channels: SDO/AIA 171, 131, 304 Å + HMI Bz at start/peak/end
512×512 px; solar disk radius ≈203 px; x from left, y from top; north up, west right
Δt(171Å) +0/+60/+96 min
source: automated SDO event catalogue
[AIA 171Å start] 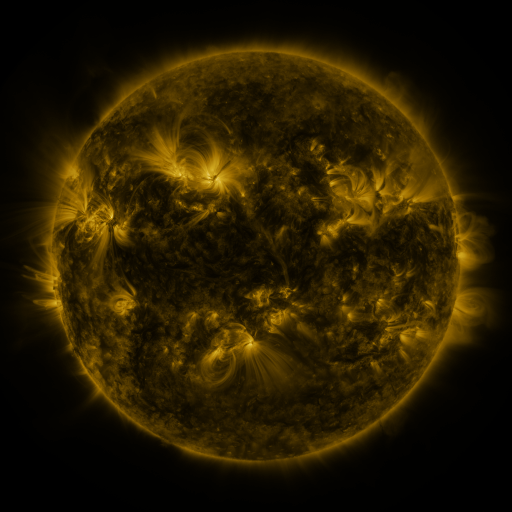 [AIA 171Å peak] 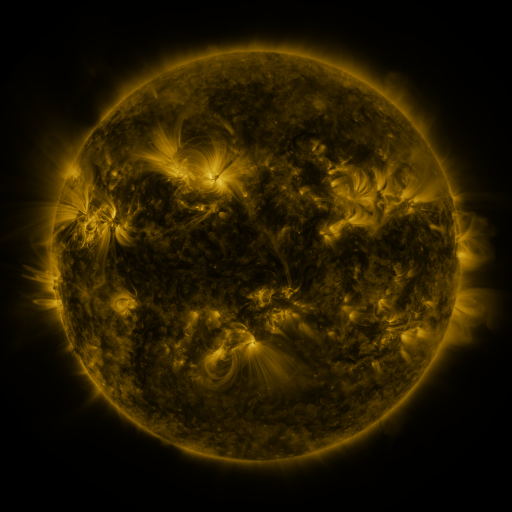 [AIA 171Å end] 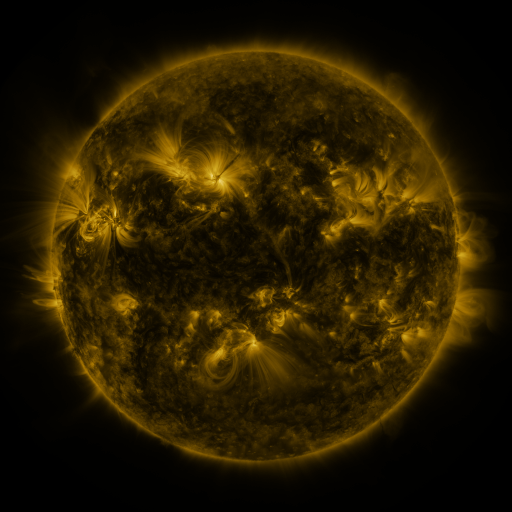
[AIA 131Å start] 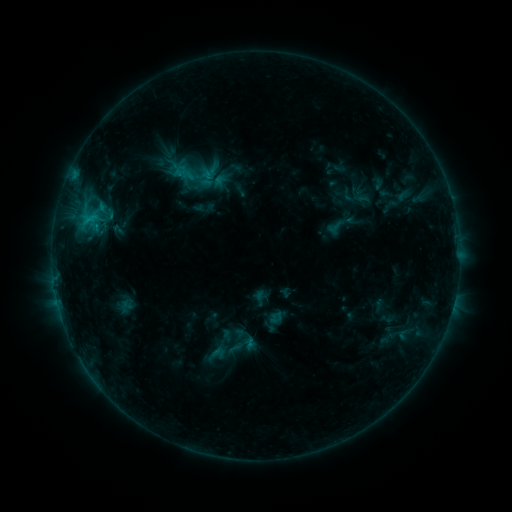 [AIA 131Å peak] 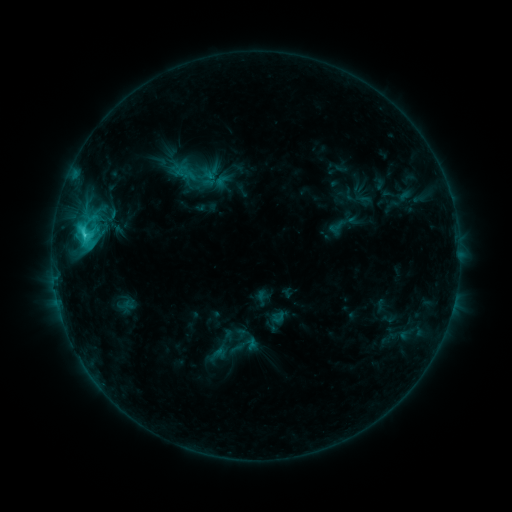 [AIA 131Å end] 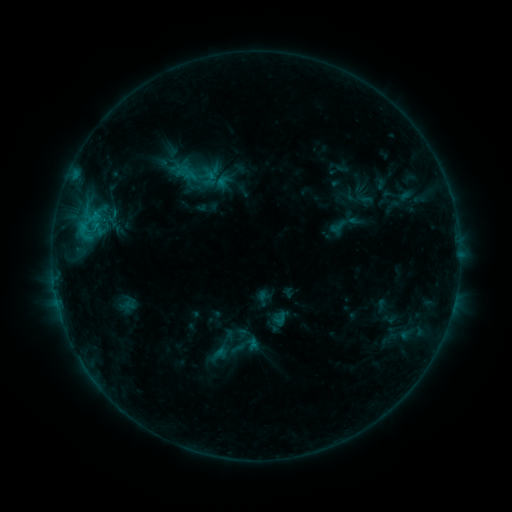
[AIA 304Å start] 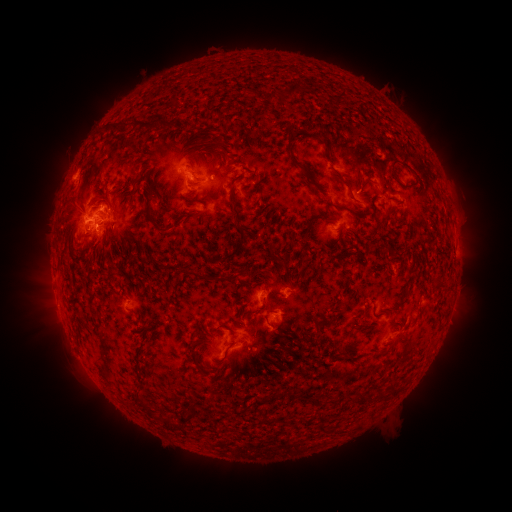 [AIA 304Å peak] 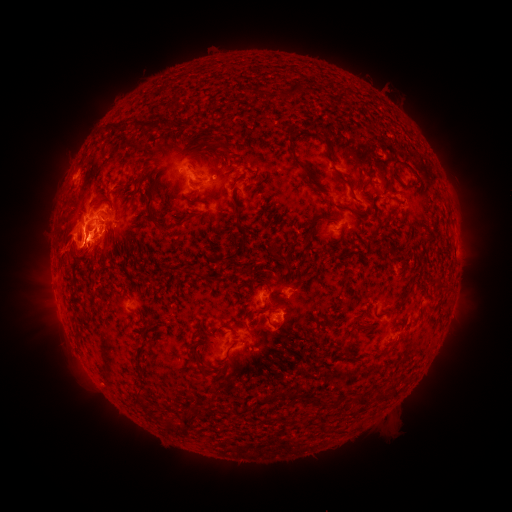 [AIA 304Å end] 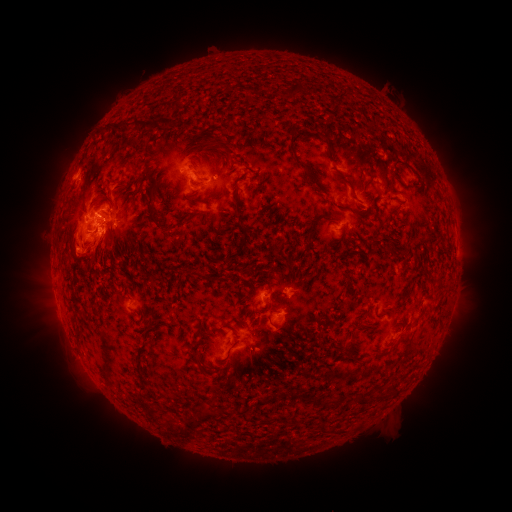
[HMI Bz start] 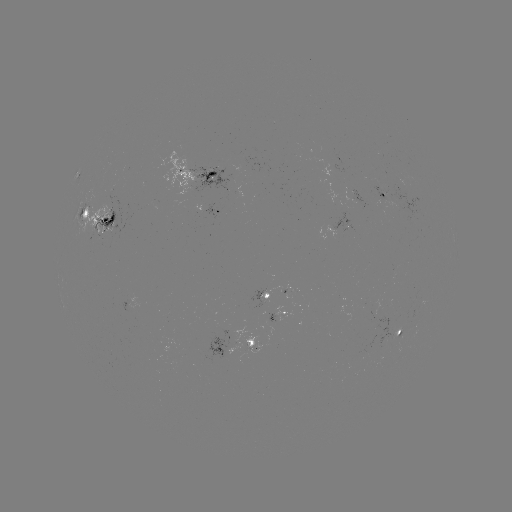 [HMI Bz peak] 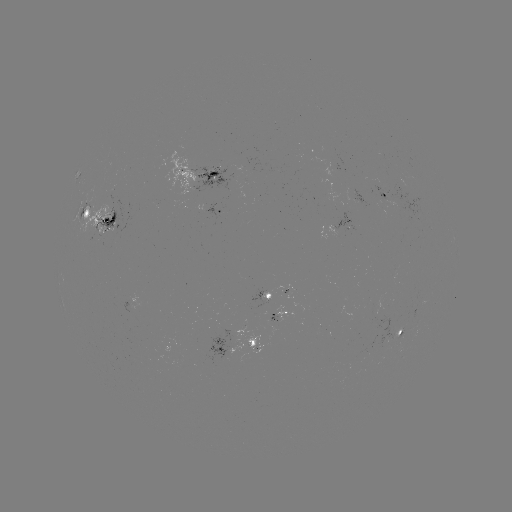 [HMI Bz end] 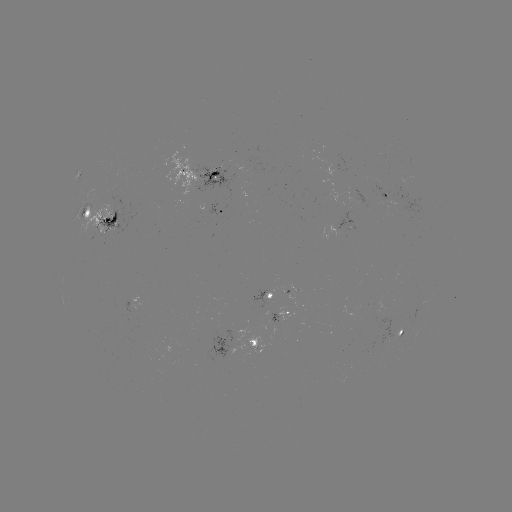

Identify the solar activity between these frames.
emerging-flux region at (211, 175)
